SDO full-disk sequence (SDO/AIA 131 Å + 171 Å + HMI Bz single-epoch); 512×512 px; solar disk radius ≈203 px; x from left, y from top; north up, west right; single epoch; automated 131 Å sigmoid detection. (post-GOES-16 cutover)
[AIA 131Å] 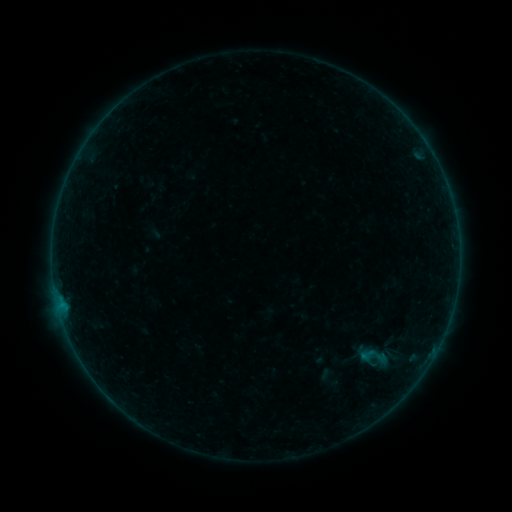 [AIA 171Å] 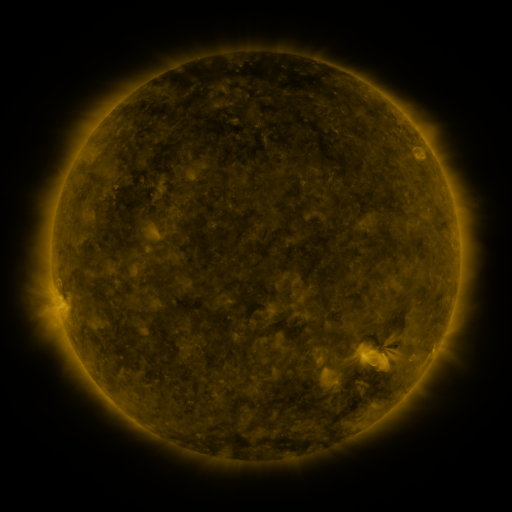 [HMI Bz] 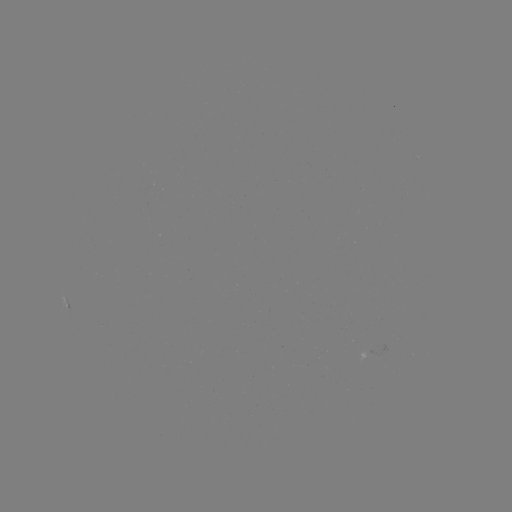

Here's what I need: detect sigmoid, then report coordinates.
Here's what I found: sigmoid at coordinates (374, 356).